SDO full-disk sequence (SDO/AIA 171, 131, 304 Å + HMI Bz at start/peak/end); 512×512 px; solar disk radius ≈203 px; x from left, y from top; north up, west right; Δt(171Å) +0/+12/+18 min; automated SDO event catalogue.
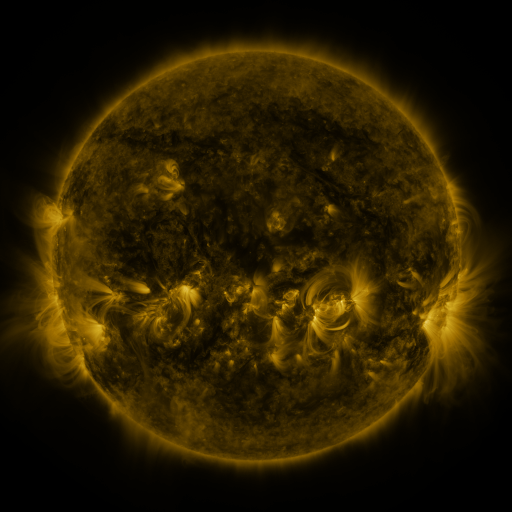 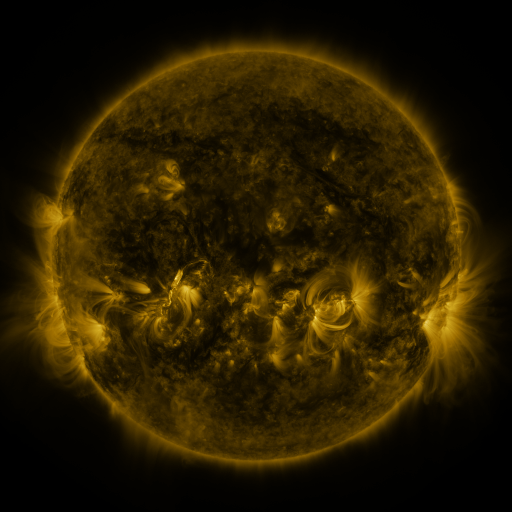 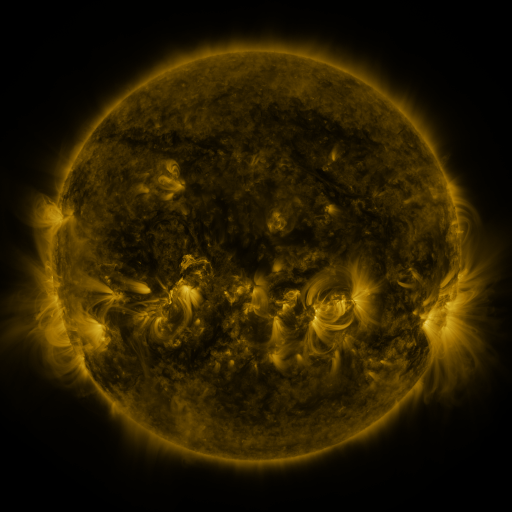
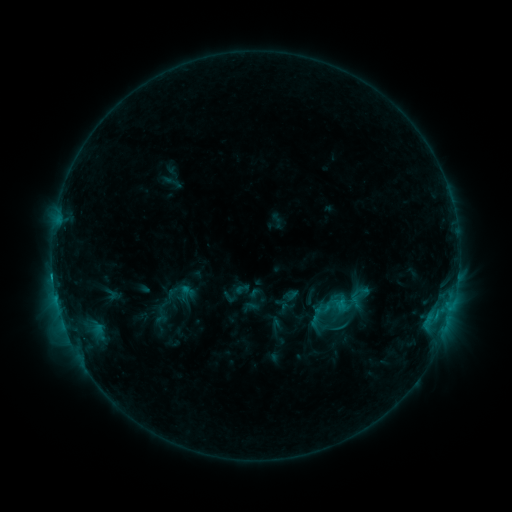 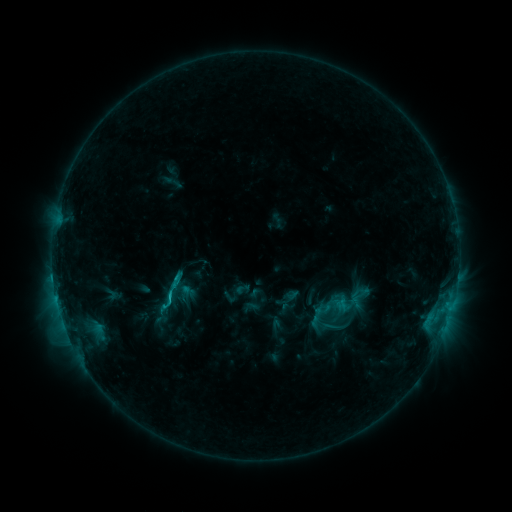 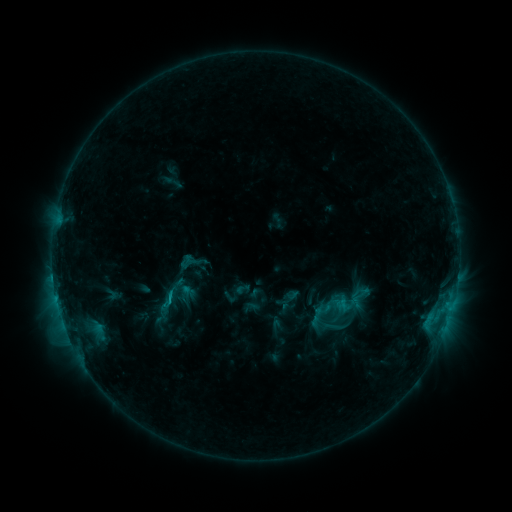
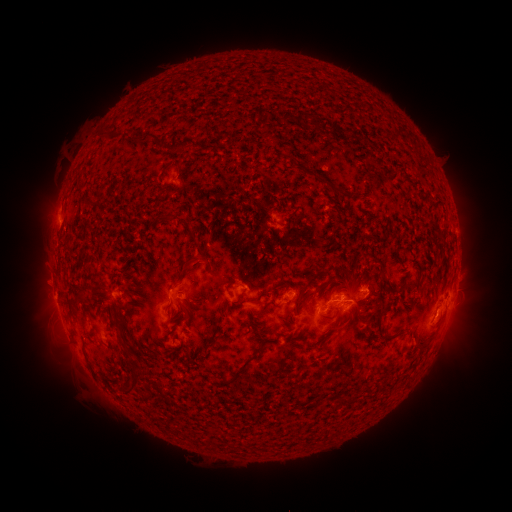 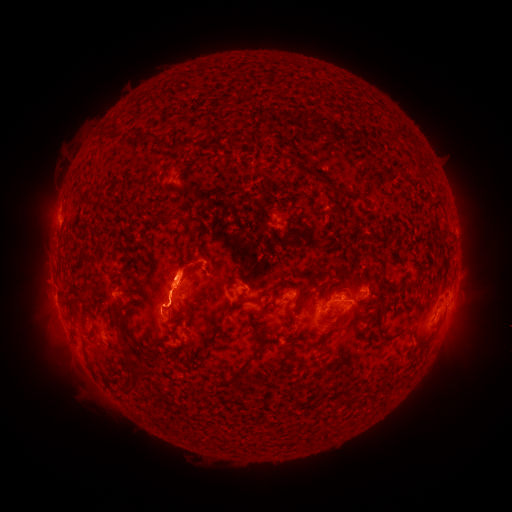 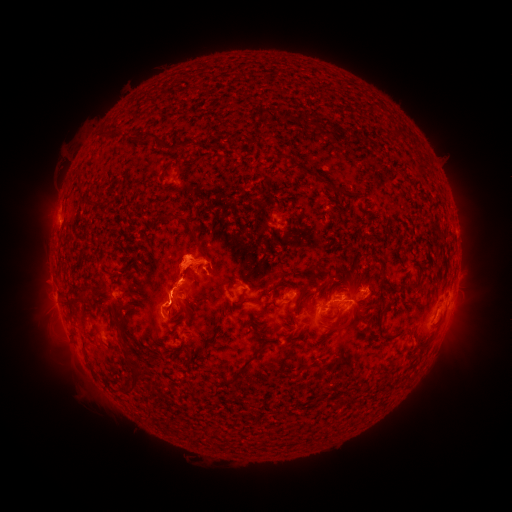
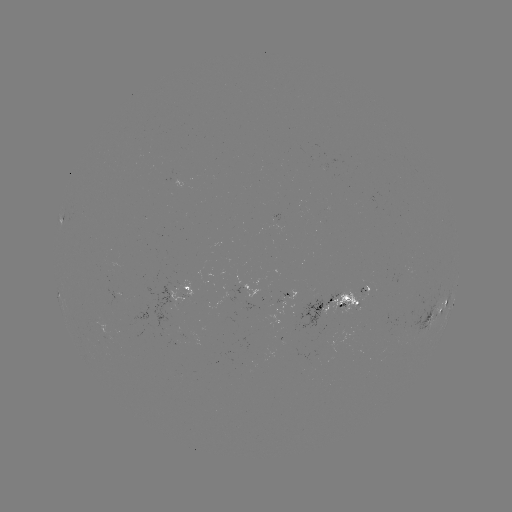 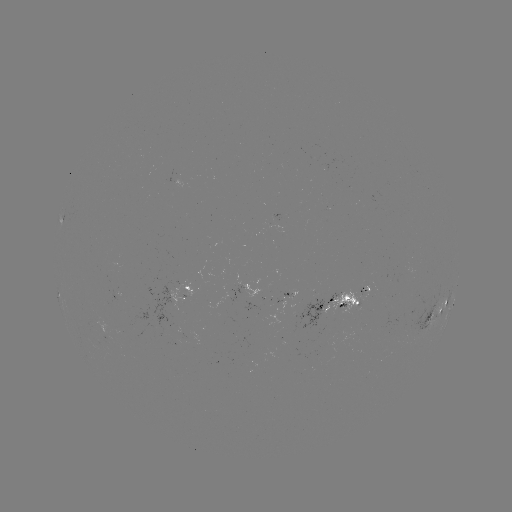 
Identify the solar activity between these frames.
C2.0 flare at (169, 296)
